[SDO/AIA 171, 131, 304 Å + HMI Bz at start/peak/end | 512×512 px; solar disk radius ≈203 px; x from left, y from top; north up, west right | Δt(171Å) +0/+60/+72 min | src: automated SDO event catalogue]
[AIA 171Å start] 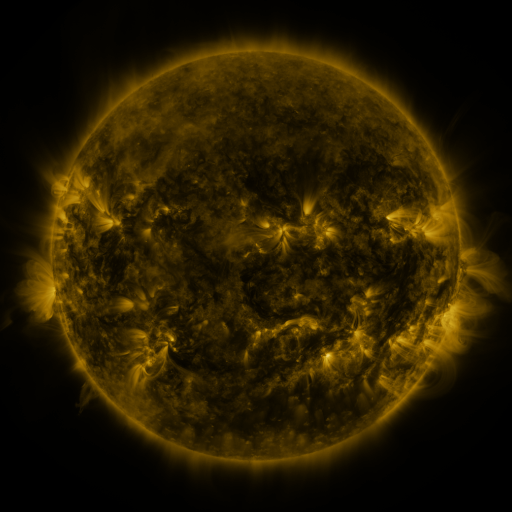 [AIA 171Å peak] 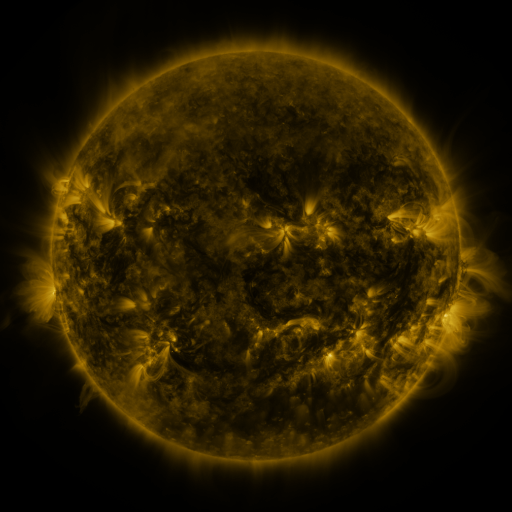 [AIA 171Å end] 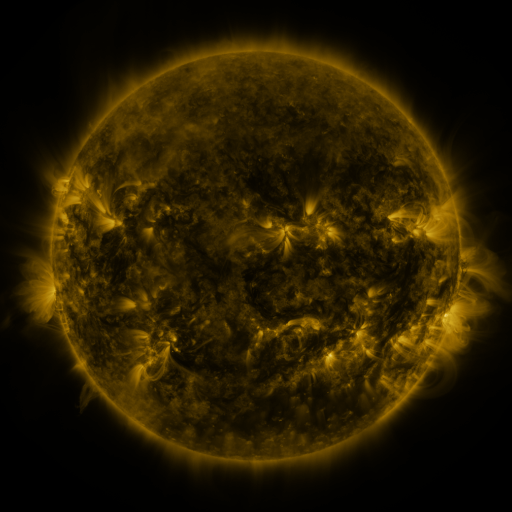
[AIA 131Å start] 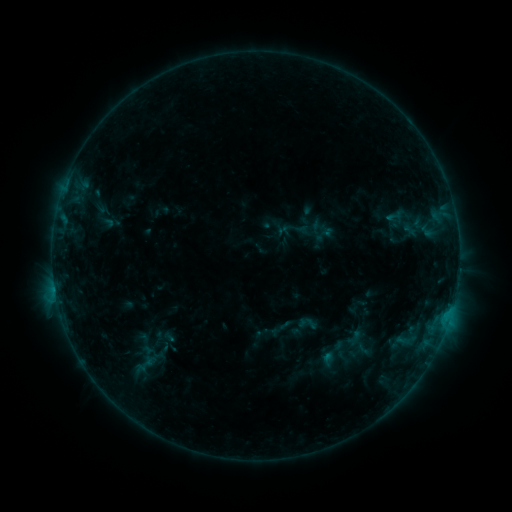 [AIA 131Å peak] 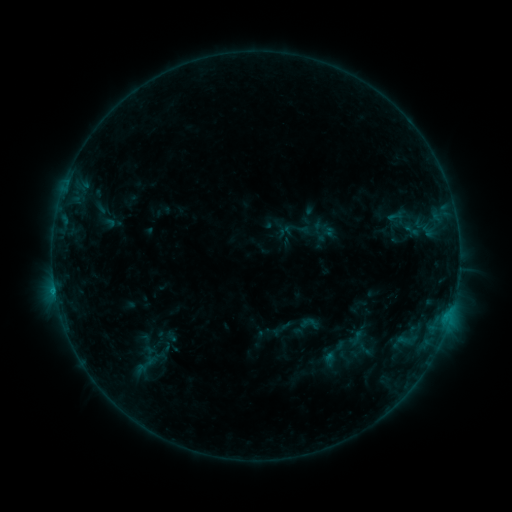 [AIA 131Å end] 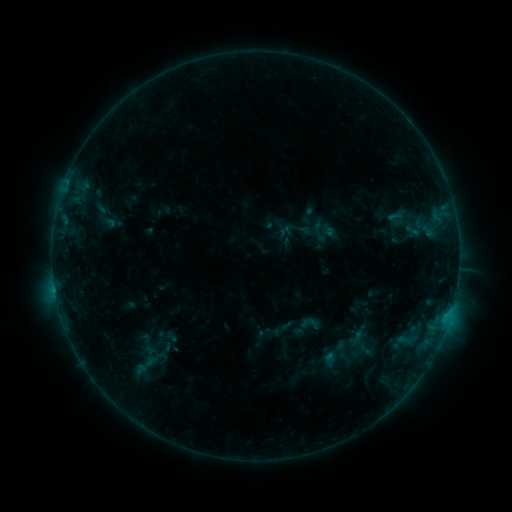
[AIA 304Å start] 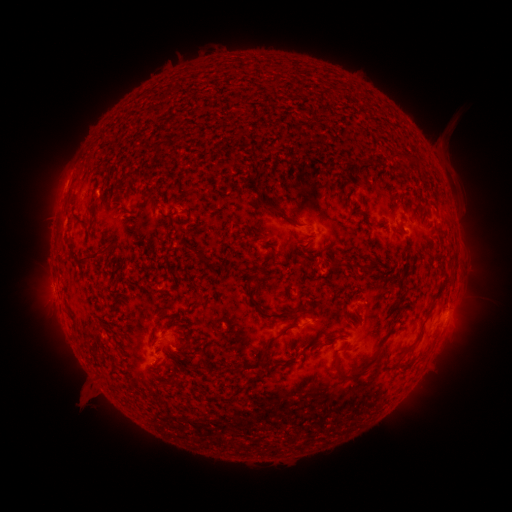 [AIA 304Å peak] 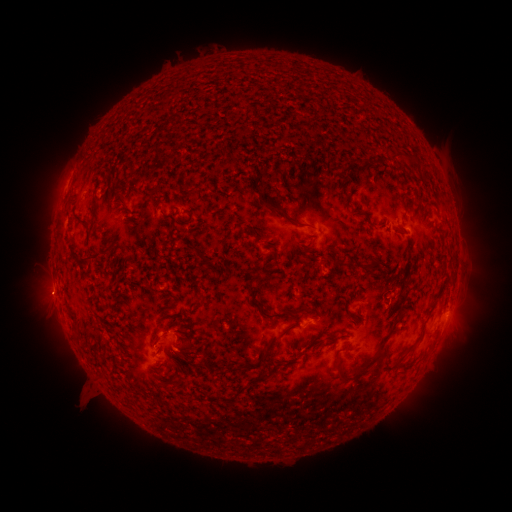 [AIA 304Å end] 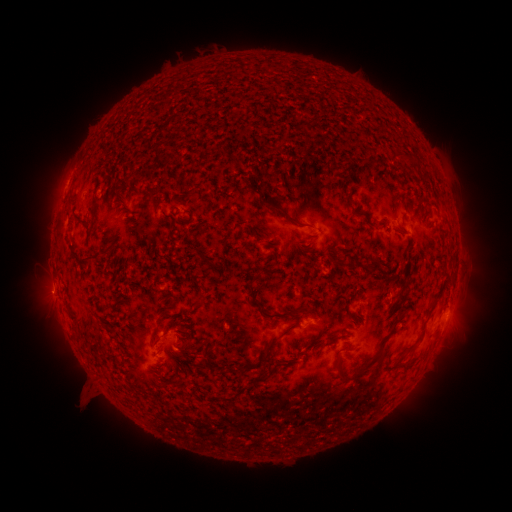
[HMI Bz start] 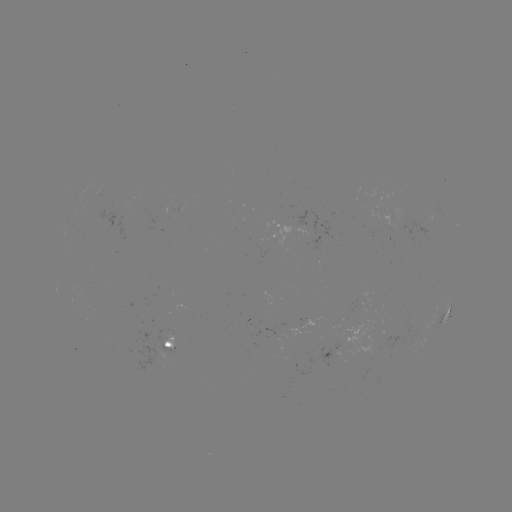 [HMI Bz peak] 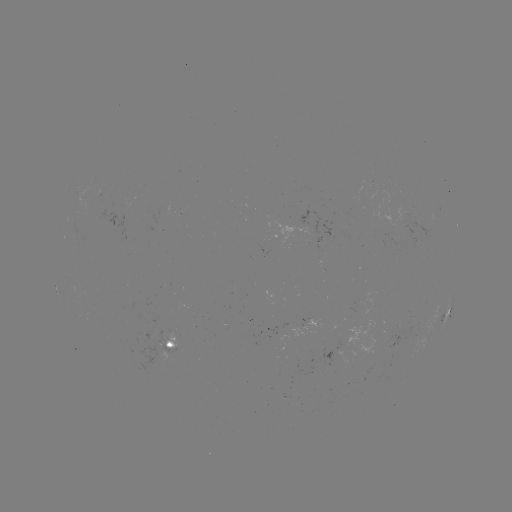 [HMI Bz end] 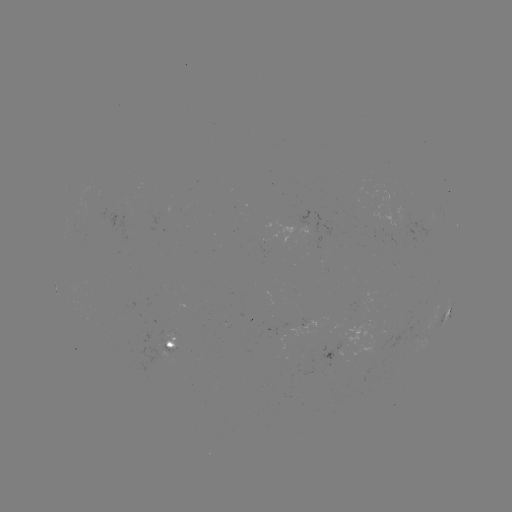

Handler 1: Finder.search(emerging-flux region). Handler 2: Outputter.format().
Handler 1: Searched emerging-flux region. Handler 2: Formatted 173,338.